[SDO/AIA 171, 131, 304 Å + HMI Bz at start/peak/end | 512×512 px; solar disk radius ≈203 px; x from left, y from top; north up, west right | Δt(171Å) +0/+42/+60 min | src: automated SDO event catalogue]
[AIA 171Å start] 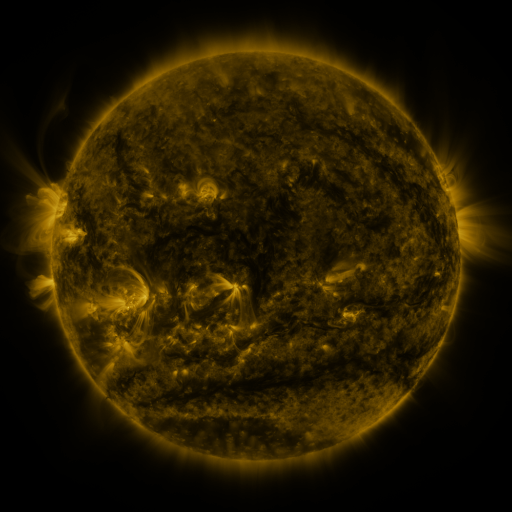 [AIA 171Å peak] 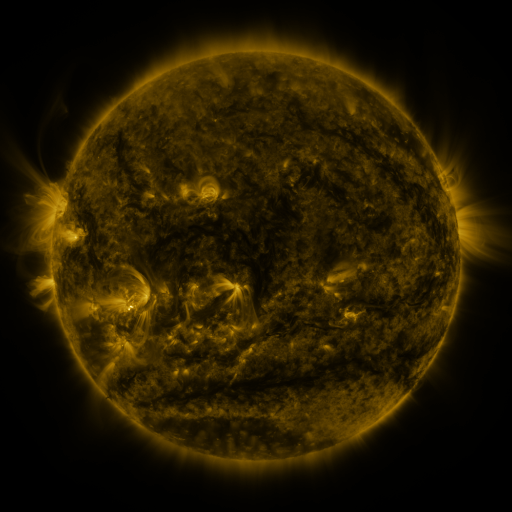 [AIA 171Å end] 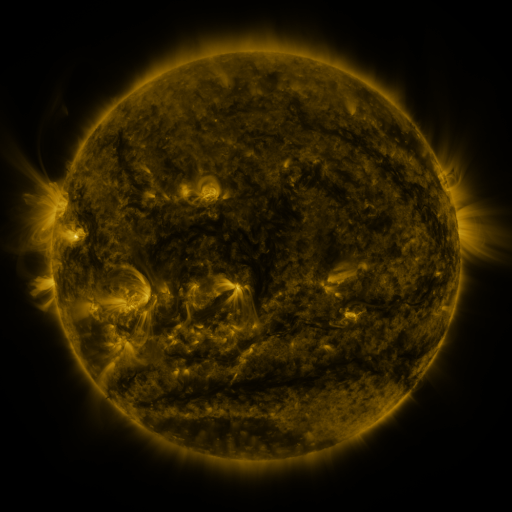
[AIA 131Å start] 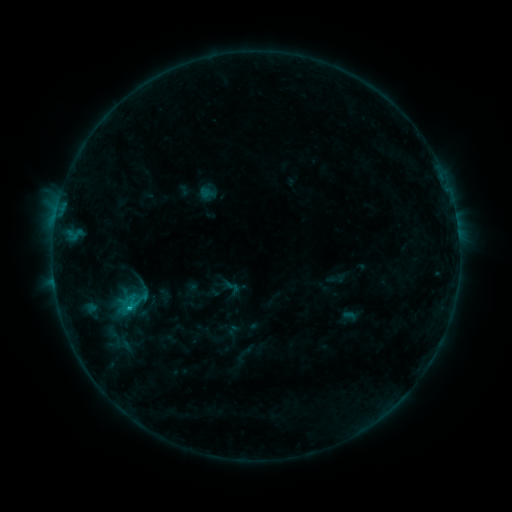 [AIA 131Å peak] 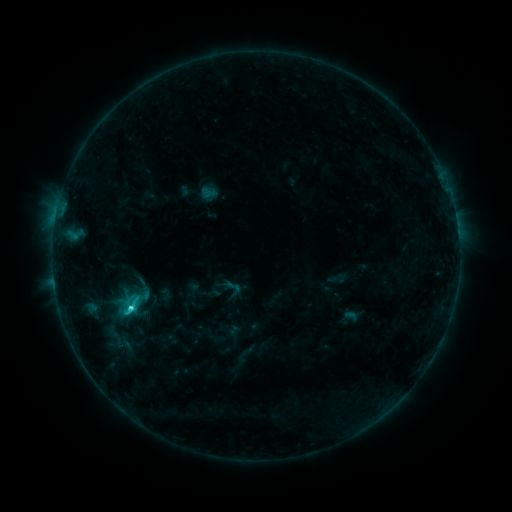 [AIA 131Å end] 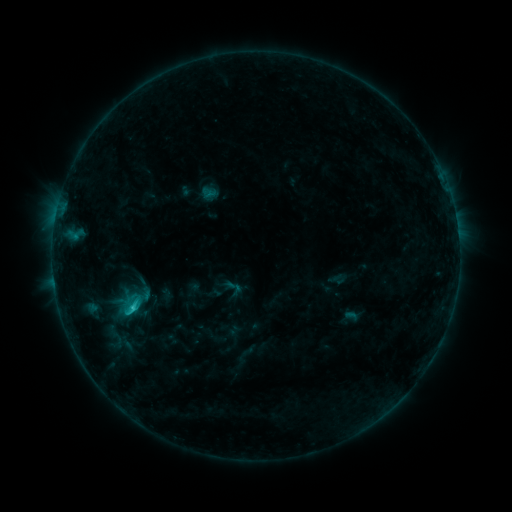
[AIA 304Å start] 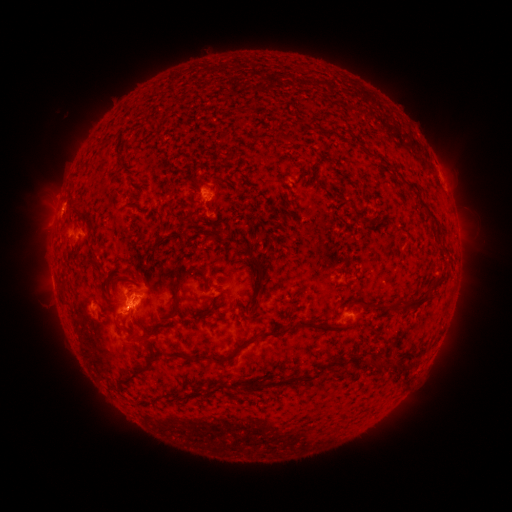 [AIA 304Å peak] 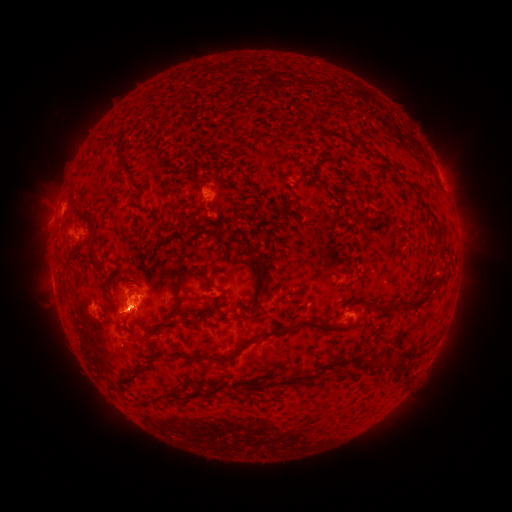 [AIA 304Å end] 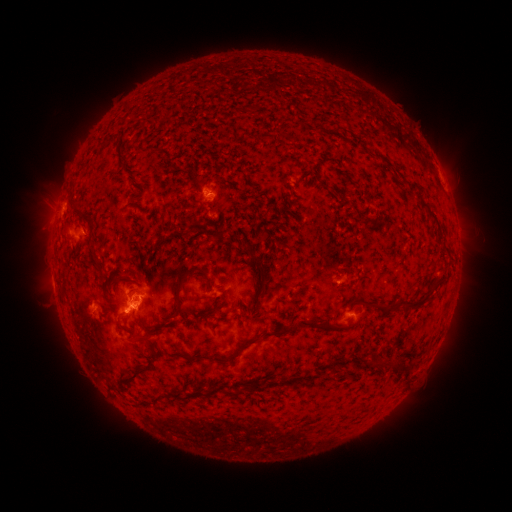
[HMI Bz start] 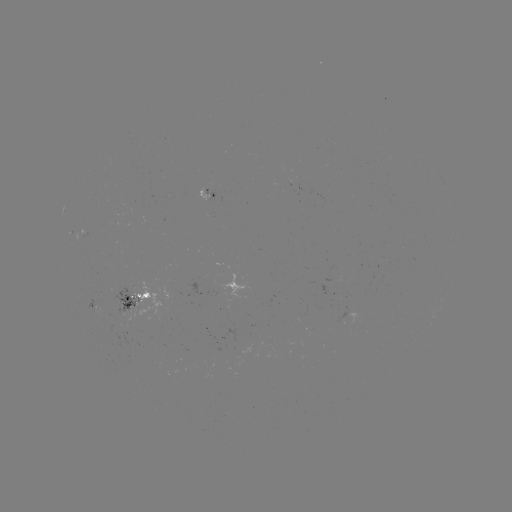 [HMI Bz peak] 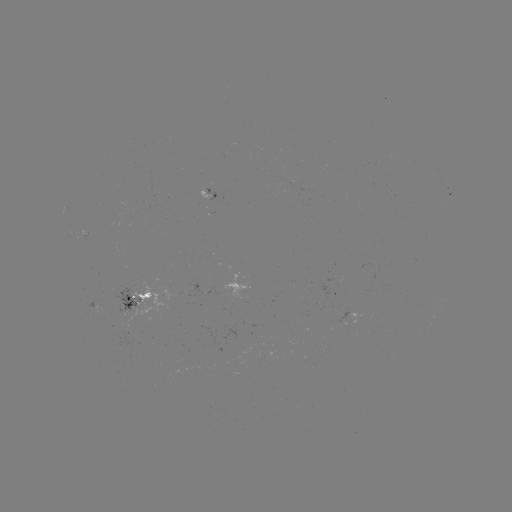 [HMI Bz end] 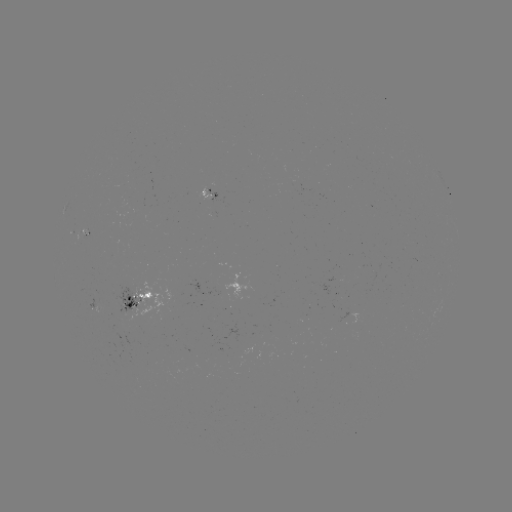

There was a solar flare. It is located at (133, 305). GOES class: C2.2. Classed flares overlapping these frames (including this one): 2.